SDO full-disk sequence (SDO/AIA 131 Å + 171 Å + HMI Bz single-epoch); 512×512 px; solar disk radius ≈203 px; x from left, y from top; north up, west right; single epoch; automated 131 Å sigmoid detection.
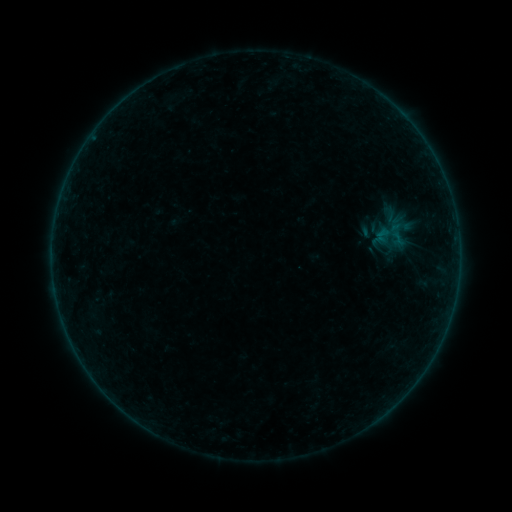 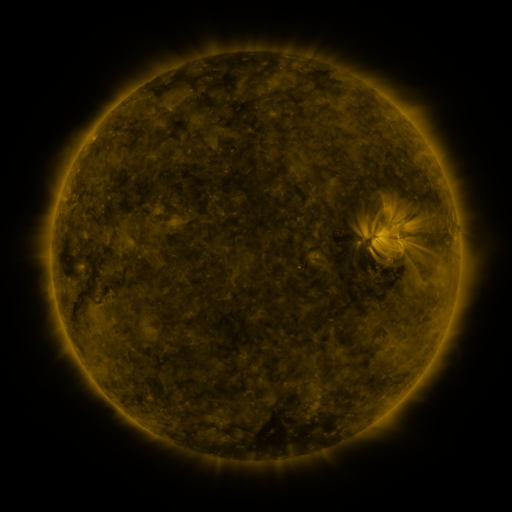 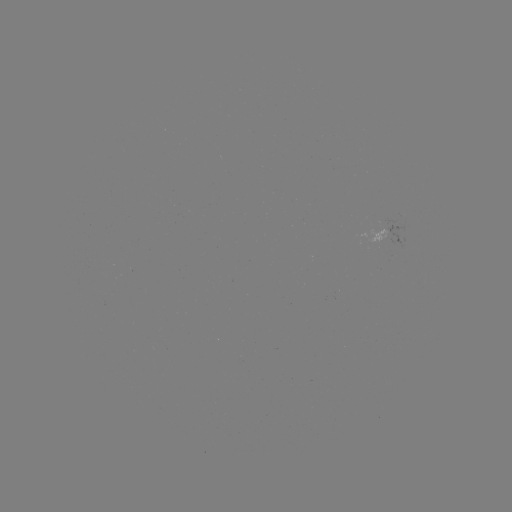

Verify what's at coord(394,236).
sigmoid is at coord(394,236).